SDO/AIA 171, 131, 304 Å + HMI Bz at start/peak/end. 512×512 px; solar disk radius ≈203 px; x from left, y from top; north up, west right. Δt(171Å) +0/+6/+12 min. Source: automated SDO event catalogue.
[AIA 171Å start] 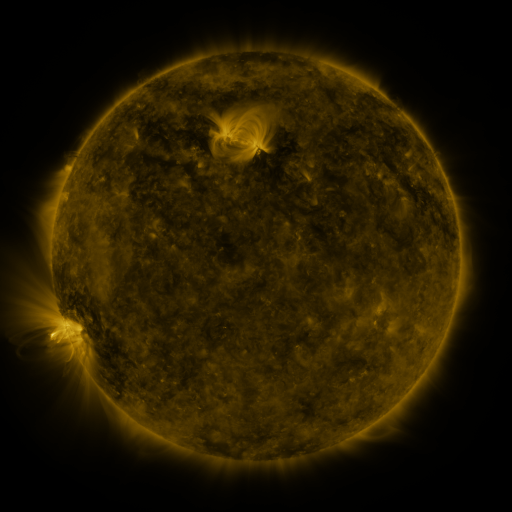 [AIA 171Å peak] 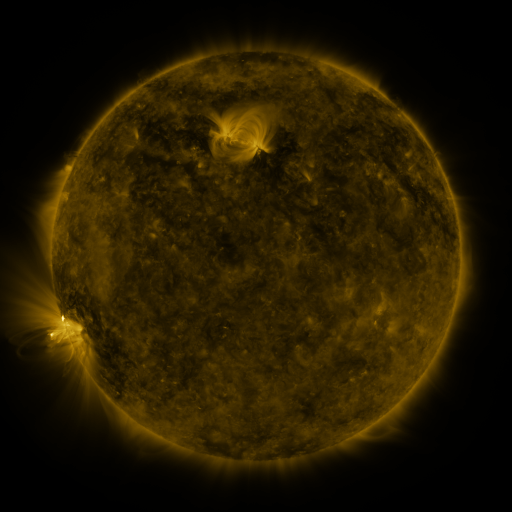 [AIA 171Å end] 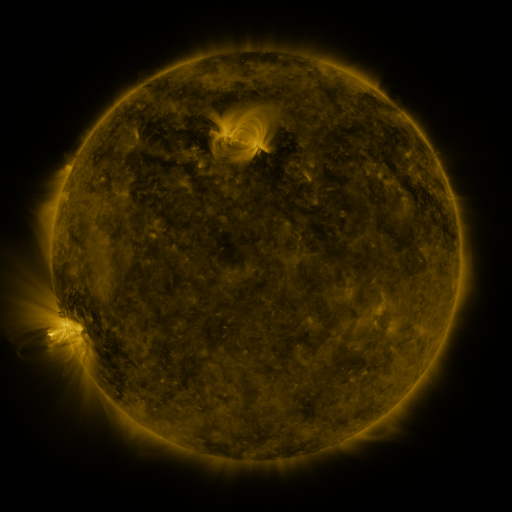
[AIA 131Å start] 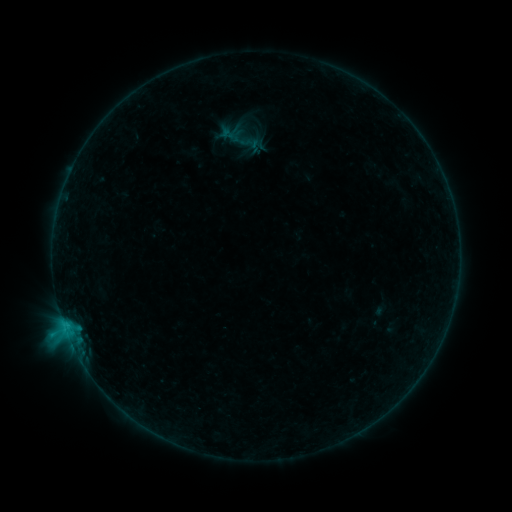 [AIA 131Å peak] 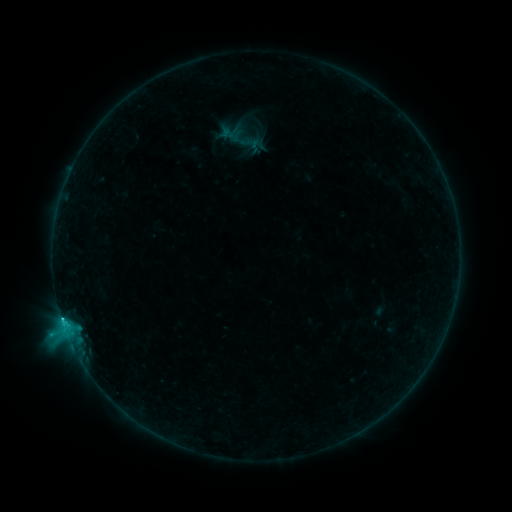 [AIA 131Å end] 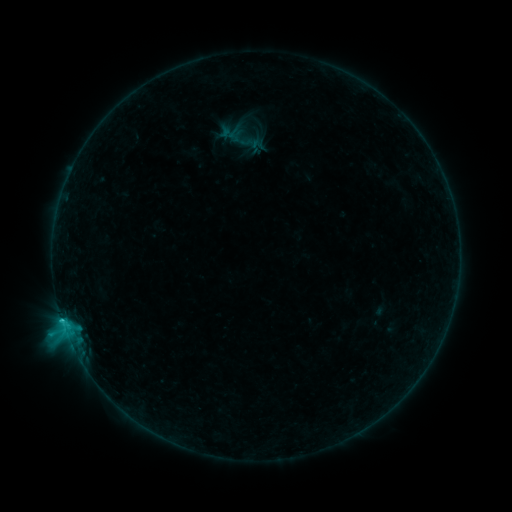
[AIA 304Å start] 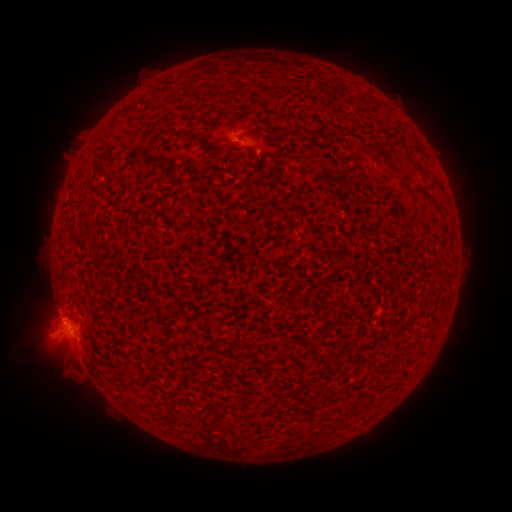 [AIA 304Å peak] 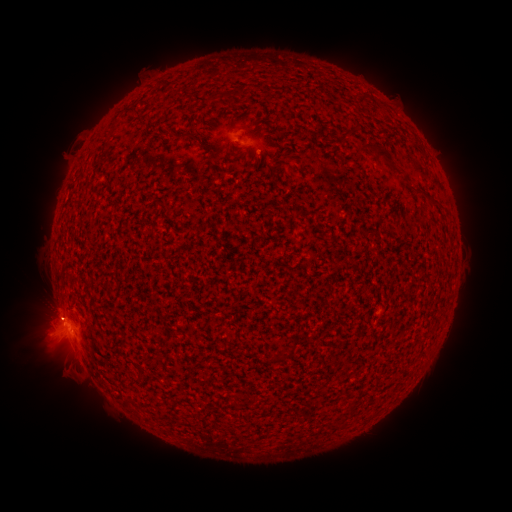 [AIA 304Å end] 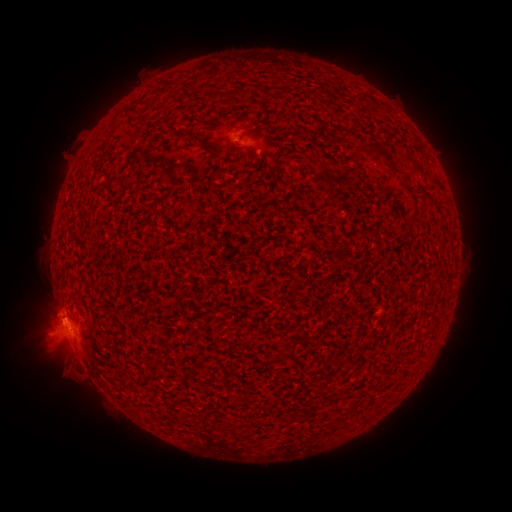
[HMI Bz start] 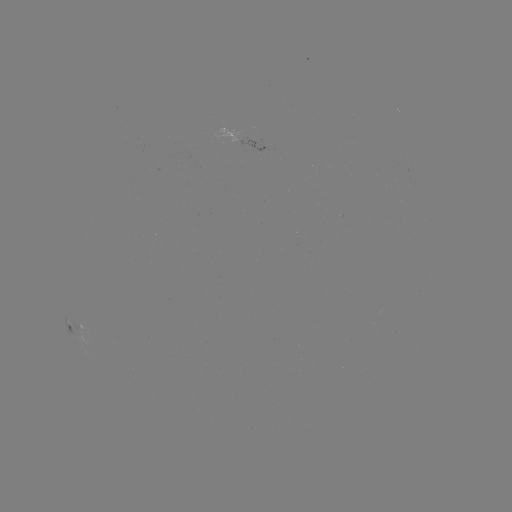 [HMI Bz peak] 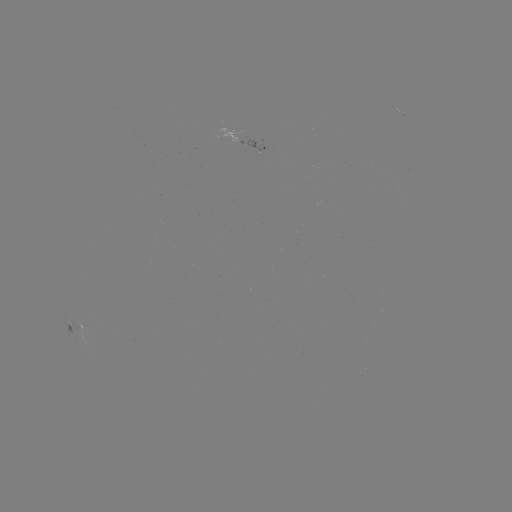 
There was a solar flare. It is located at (62, 319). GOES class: B9.4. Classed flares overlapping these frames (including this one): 1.